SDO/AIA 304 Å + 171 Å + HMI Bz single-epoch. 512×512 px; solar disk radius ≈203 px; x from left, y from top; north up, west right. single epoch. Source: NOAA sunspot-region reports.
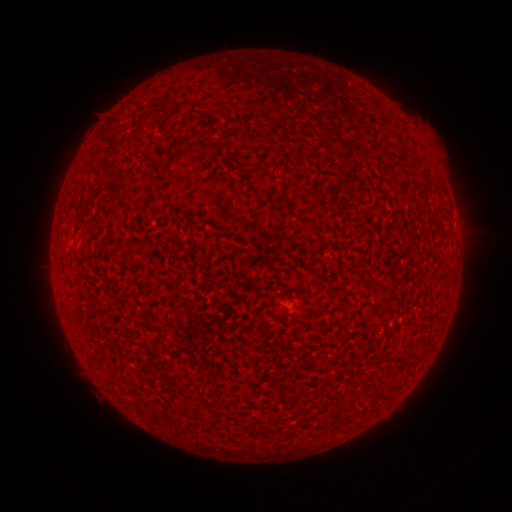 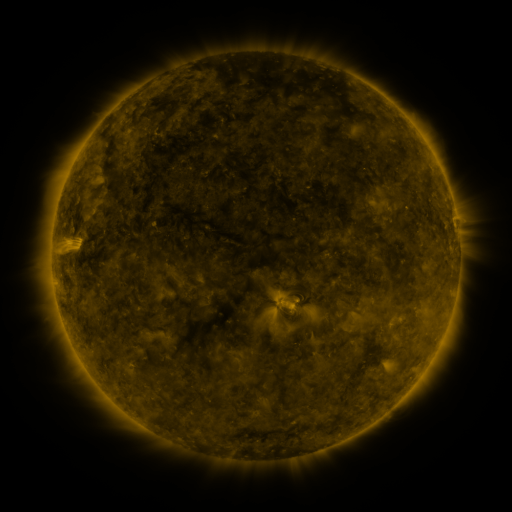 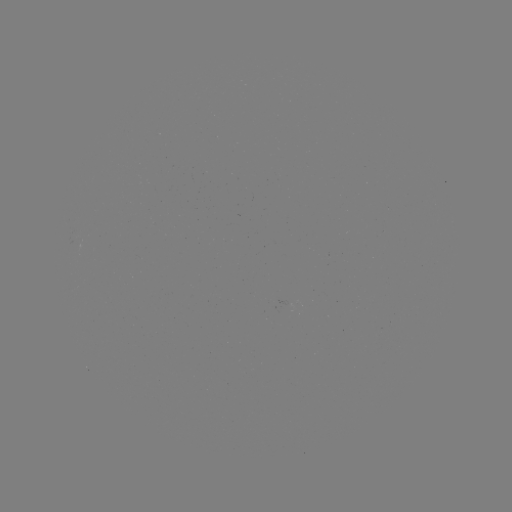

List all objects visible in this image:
(none)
